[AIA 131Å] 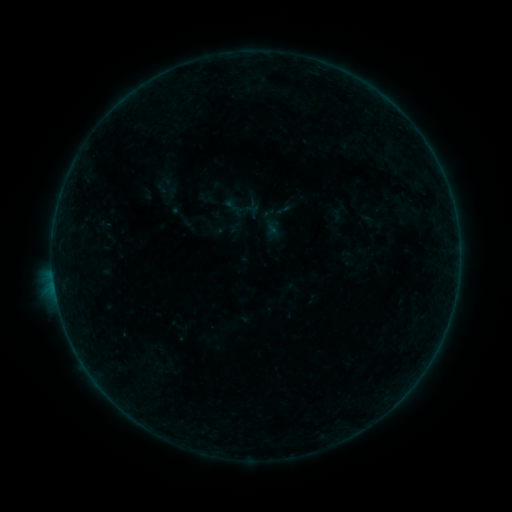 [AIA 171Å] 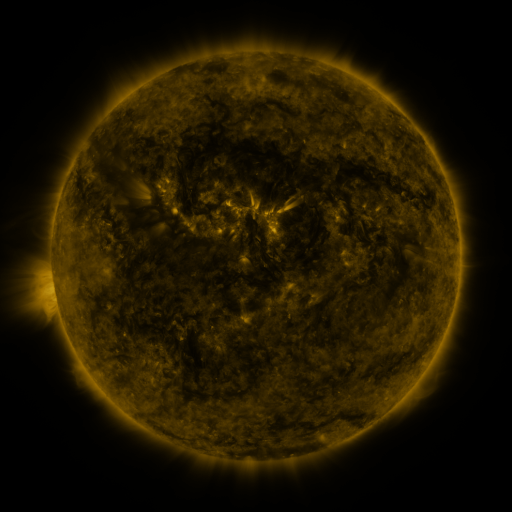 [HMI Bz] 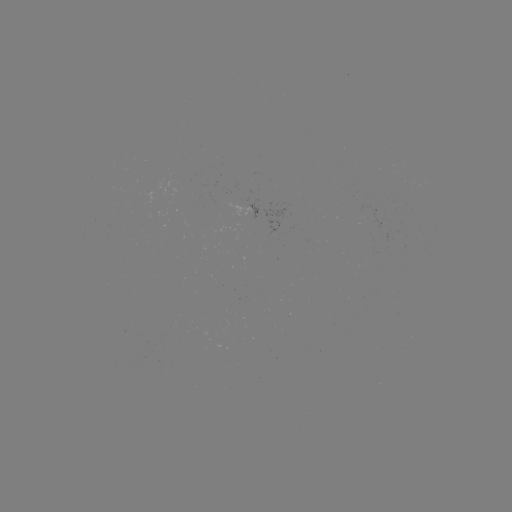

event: sigmoid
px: (283, 210)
